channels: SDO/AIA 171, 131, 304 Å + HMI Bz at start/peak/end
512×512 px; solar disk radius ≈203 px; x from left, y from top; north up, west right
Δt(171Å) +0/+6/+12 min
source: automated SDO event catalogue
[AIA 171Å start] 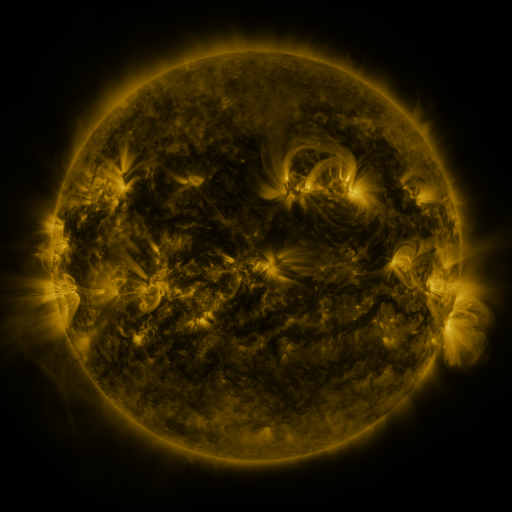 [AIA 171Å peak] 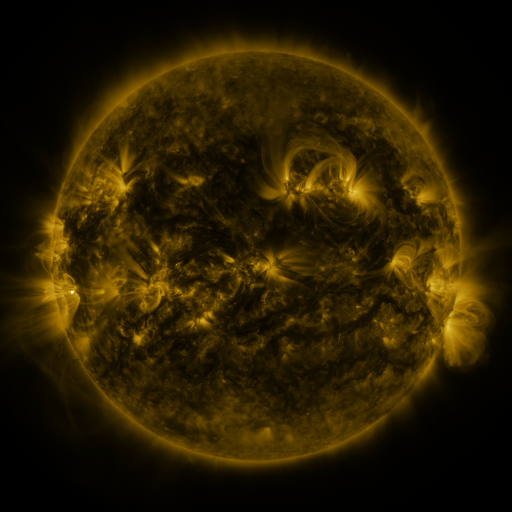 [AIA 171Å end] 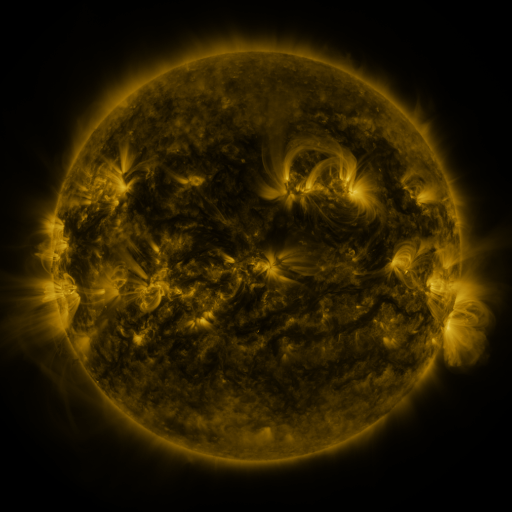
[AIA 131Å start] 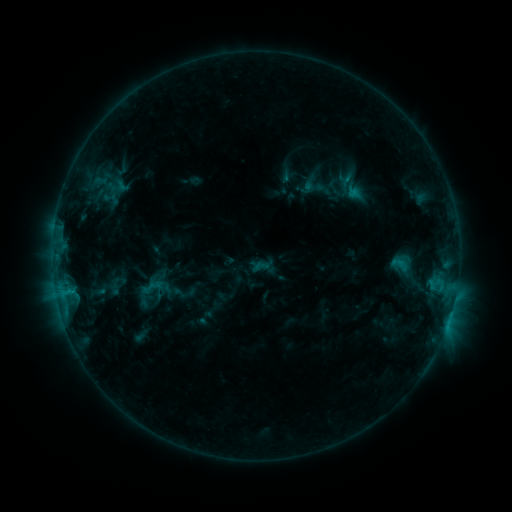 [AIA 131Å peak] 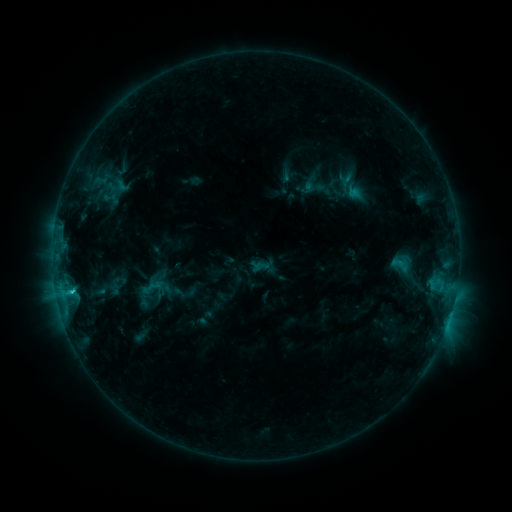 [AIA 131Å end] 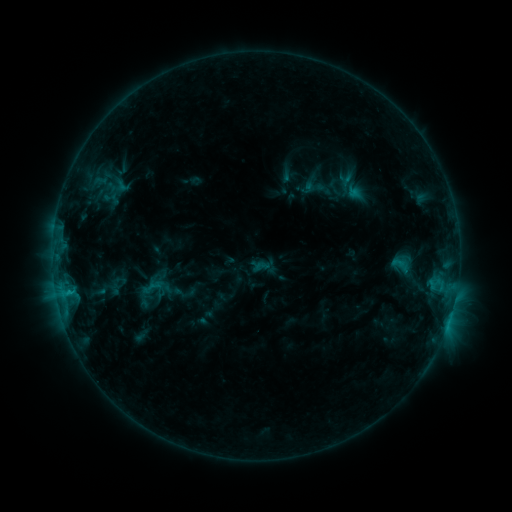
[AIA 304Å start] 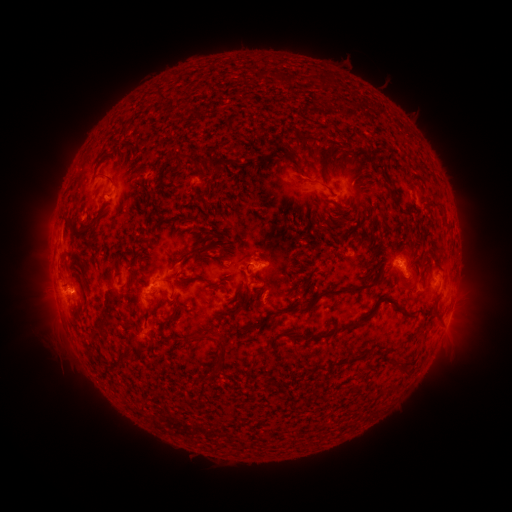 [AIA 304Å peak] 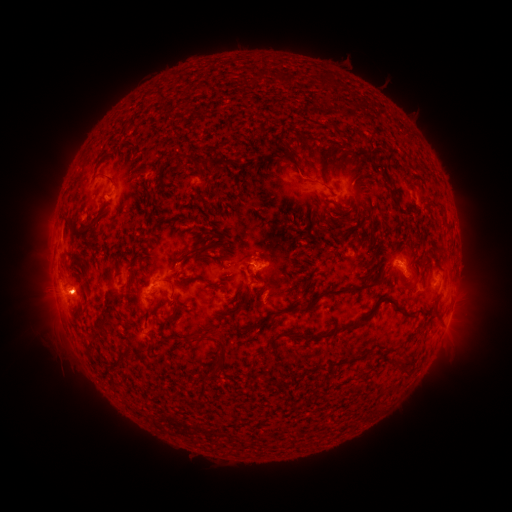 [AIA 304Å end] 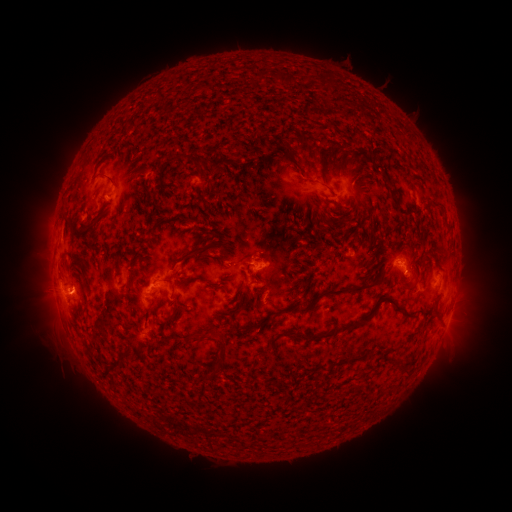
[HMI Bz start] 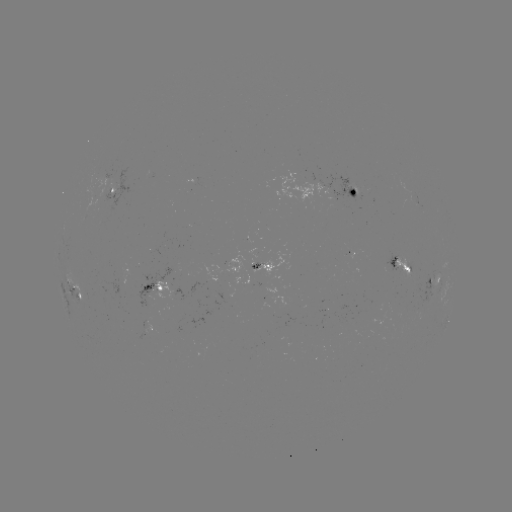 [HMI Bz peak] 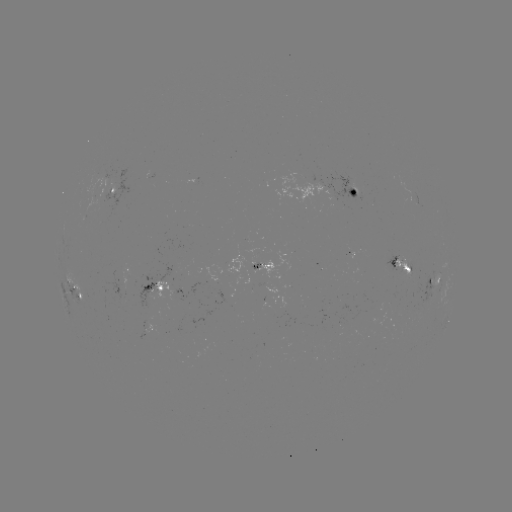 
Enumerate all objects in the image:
C1.2 flare: (70, 292)
